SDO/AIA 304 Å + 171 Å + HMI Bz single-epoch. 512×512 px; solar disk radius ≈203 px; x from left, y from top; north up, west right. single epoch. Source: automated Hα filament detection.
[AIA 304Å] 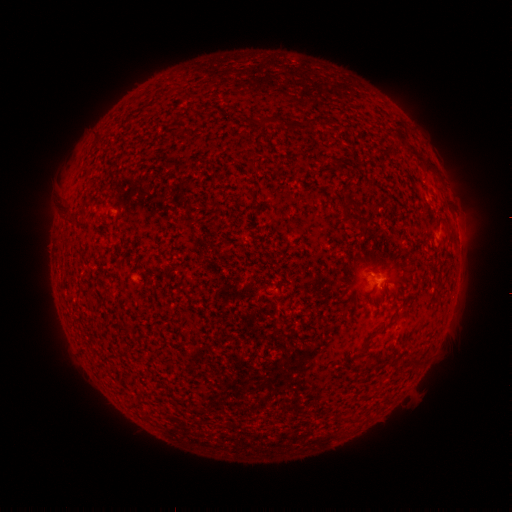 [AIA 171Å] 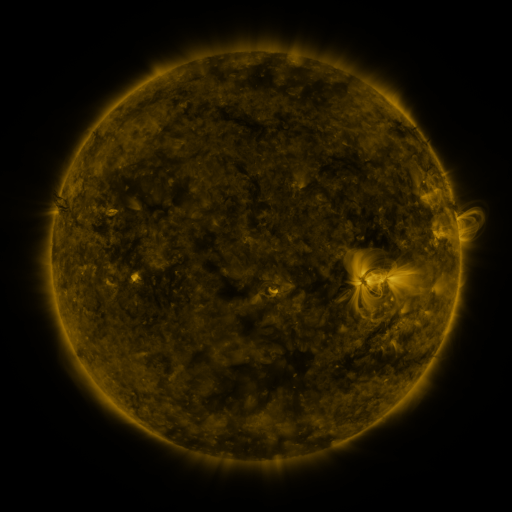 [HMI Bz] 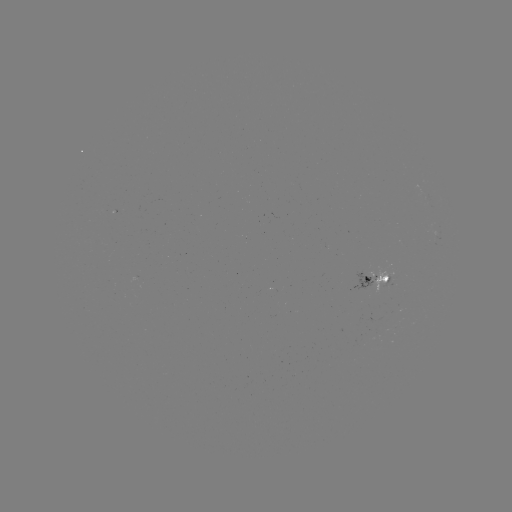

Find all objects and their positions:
filament: (258, 117, 278, 126)
filament: (285, 121, 304, 134)
filament: (332, 163, 342, 172)
filament: (344, 197, 361, 209)
filament: (63, 203, 76, 223)
filament: (357, 341, 369, 355)
filament: (410, 359, 421, 368)
